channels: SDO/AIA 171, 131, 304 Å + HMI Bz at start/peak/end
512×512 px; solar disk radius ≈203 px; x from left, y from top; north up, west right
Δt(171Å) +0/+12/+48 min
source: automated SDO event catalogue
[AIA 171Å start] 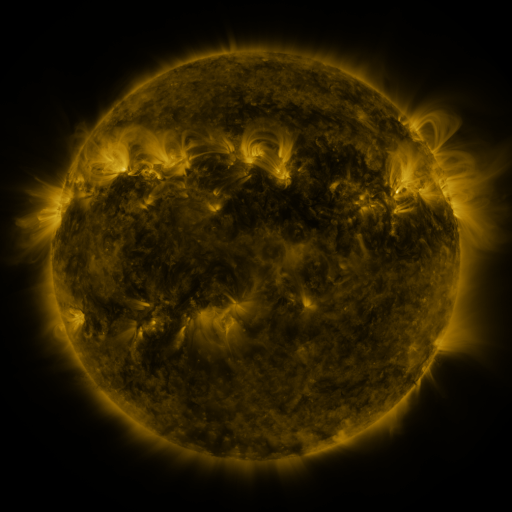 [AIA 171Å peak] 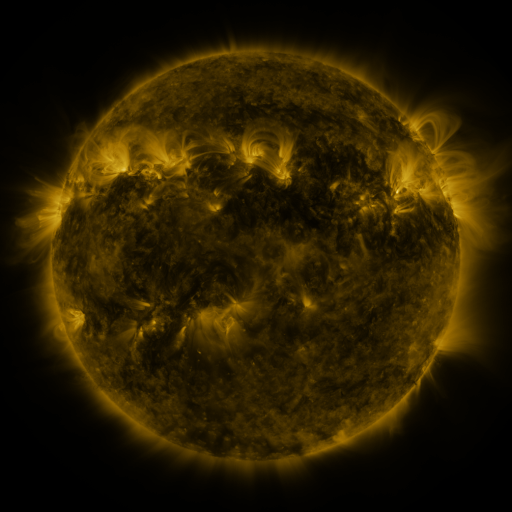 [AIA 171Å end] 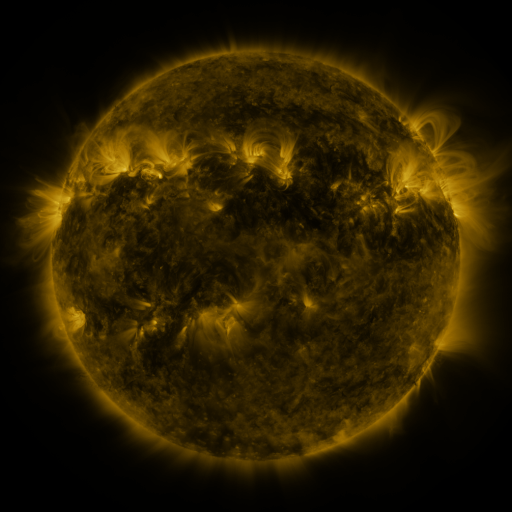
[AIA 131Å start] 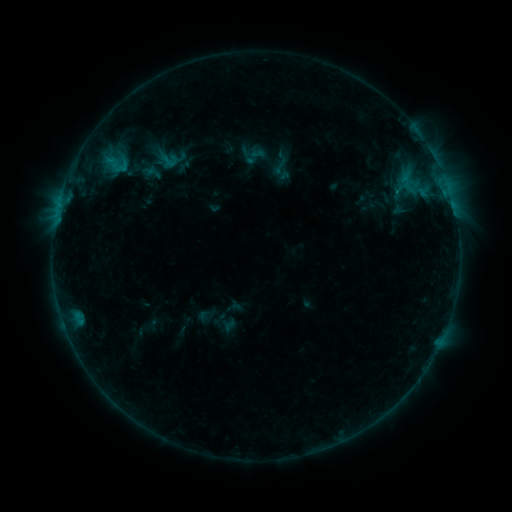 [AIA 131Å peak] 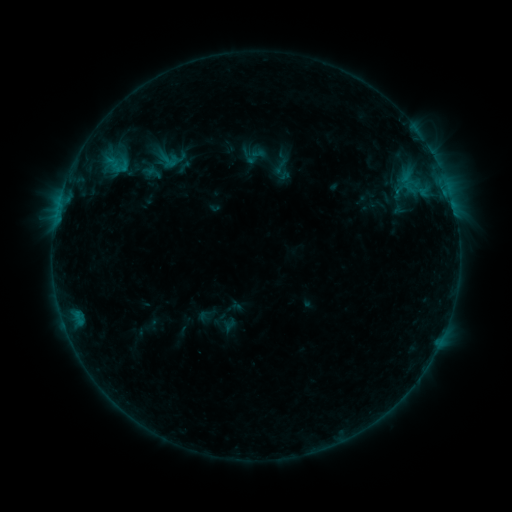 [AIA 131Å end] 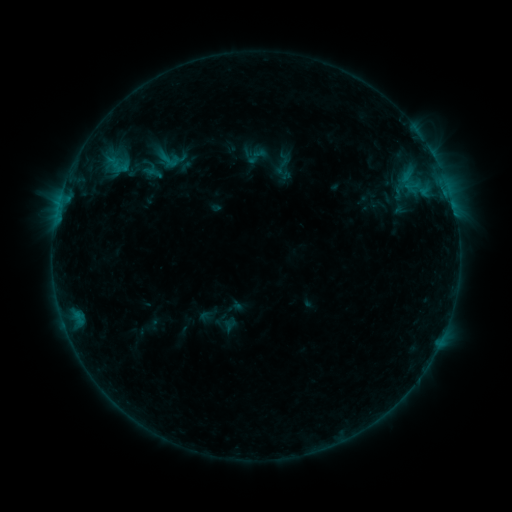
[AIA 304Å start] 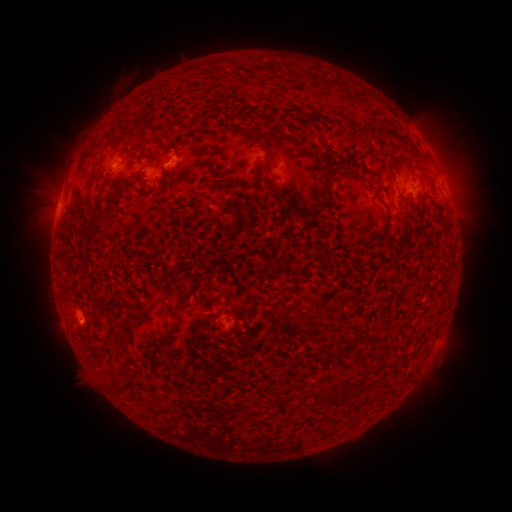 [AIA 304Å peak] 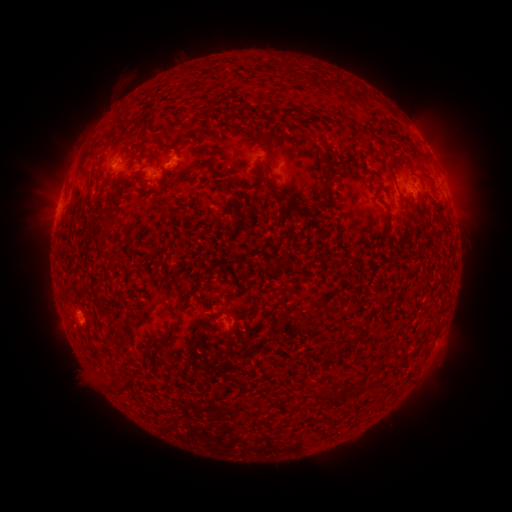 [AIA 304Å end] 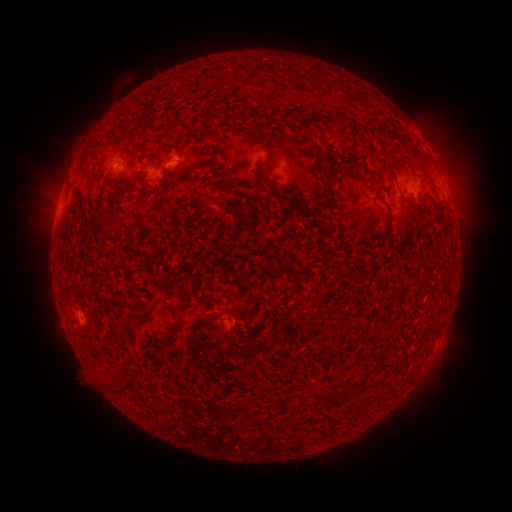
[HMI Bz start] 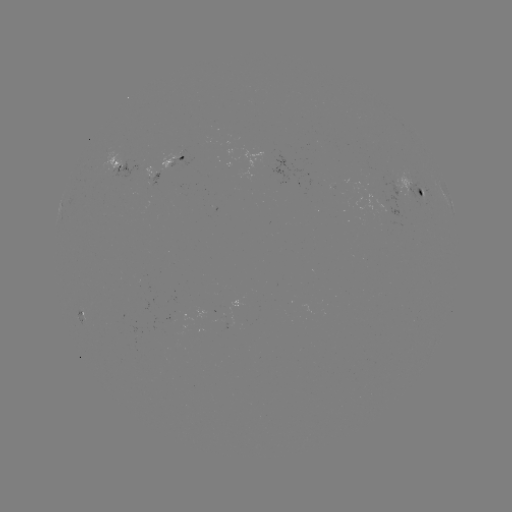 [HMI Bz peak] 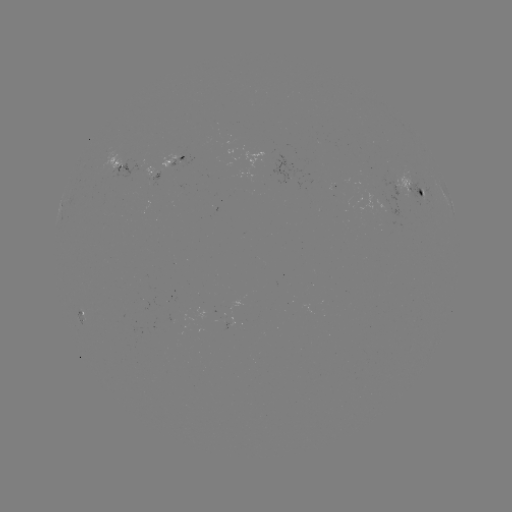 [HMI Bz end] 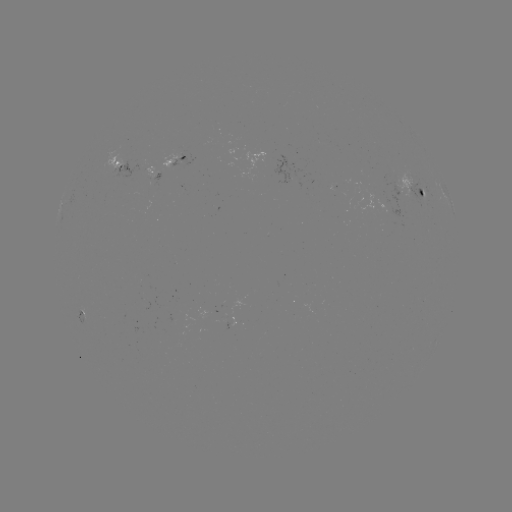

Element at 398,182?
emerging-flux region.